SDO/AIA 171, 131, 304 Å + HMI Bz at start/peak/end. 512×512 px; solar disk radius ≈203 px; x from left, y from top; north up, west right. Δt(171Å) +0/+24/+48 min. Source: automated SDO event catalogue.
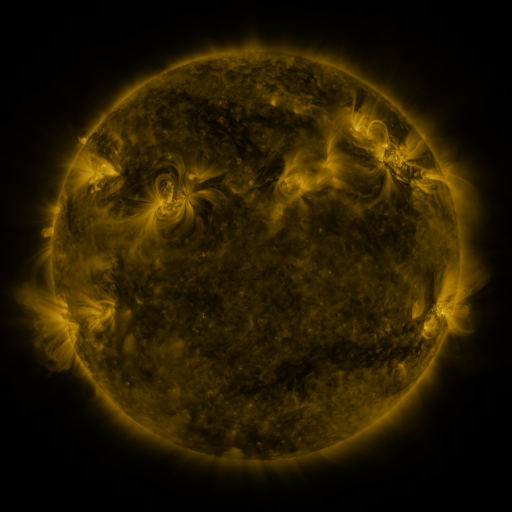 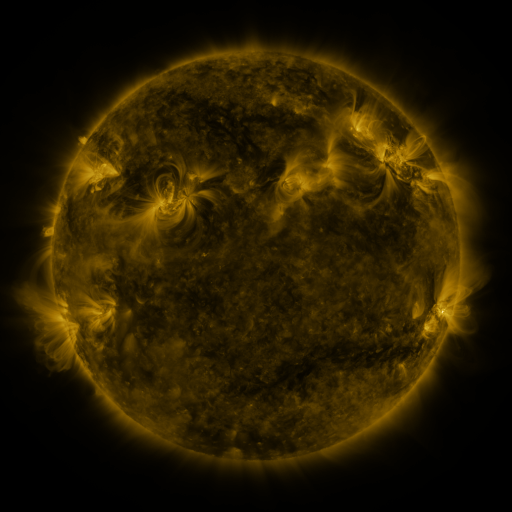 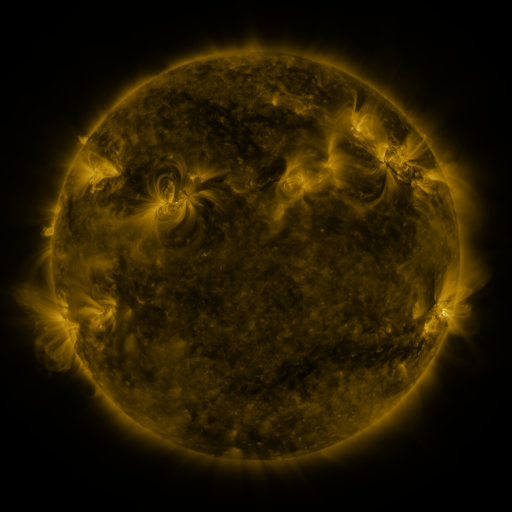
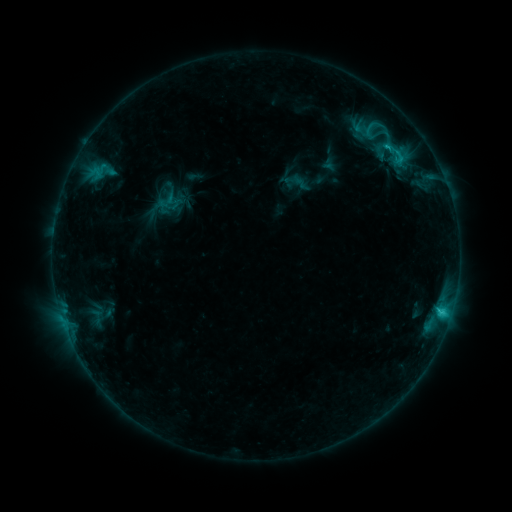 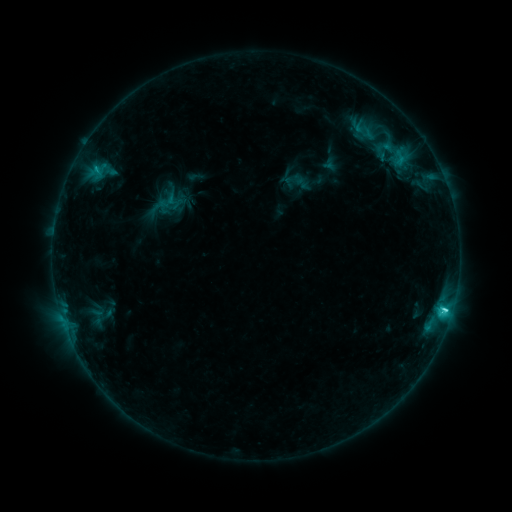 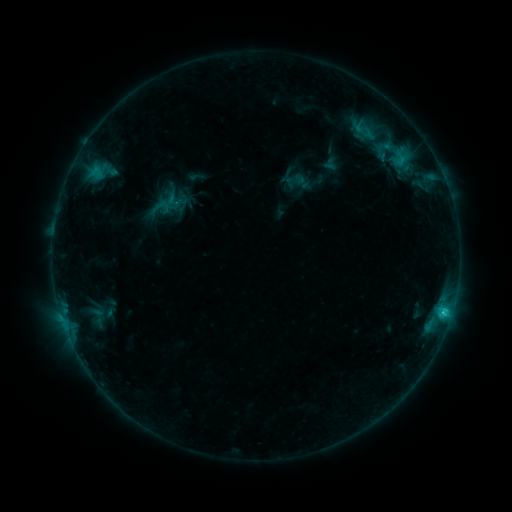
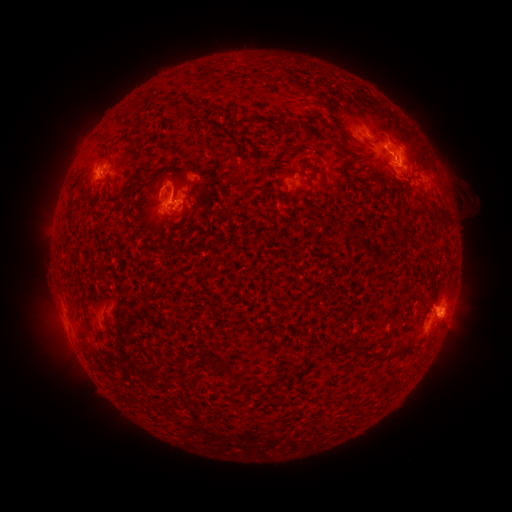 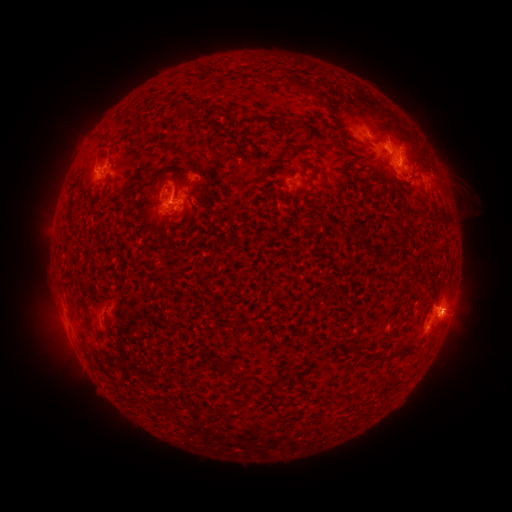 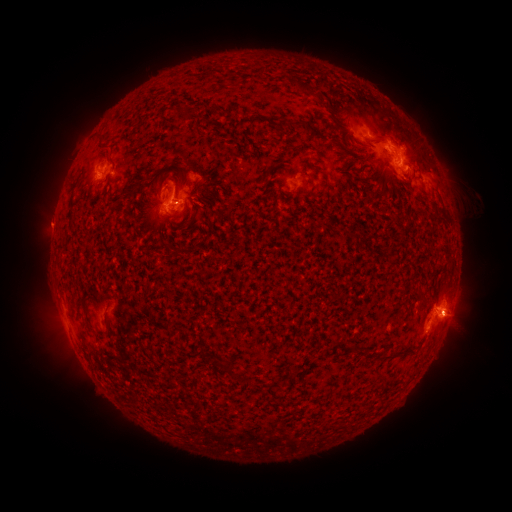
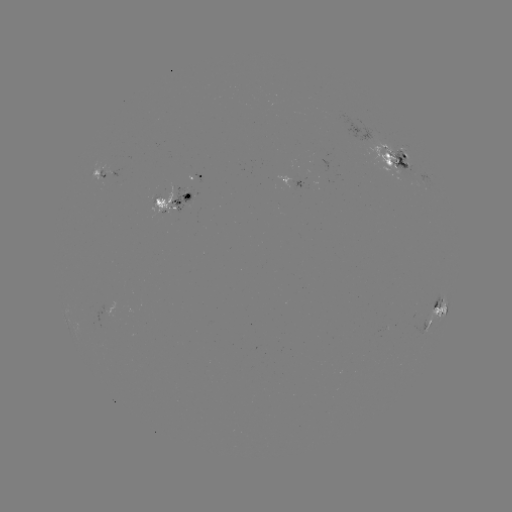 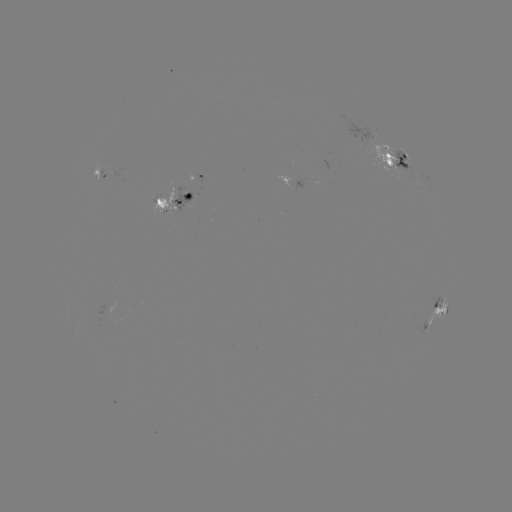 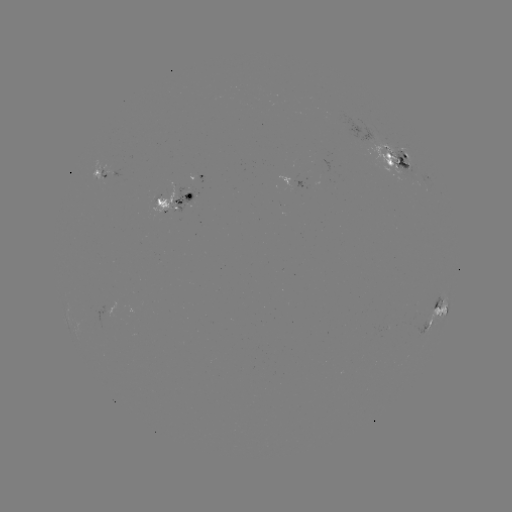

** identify emerging-flux region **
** (389, 155) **